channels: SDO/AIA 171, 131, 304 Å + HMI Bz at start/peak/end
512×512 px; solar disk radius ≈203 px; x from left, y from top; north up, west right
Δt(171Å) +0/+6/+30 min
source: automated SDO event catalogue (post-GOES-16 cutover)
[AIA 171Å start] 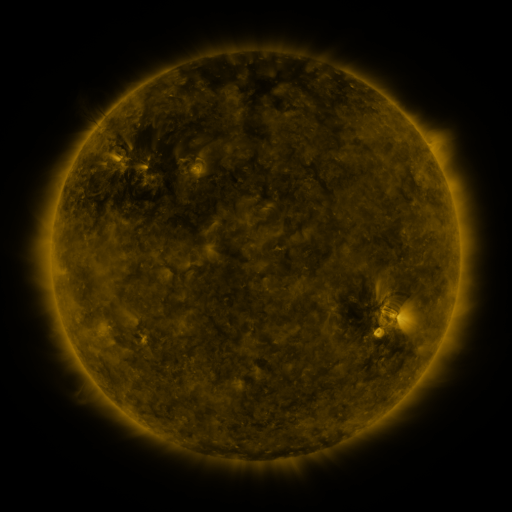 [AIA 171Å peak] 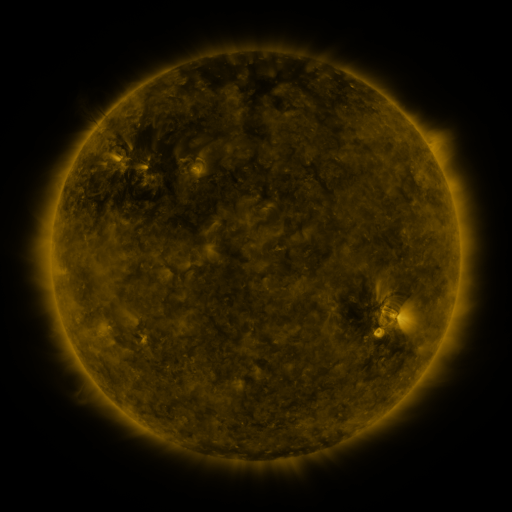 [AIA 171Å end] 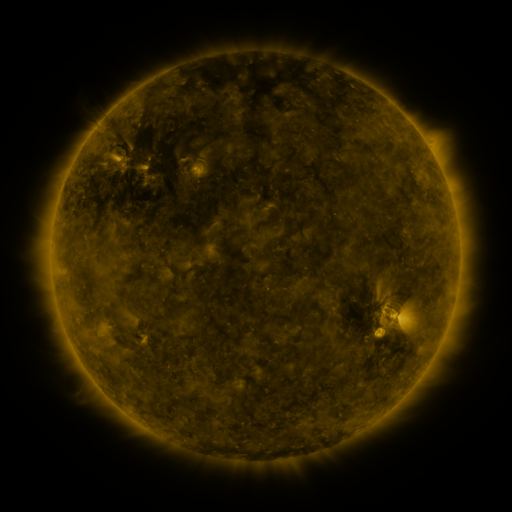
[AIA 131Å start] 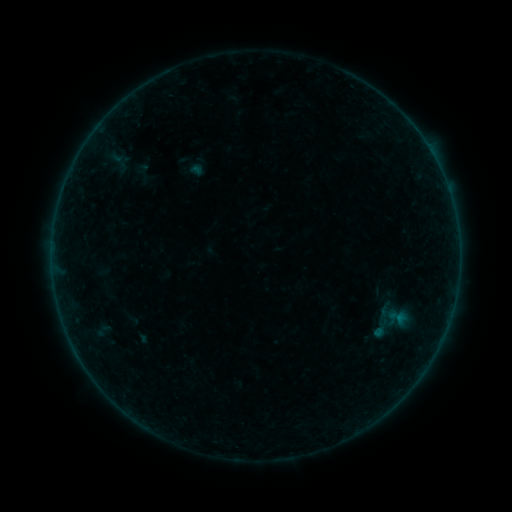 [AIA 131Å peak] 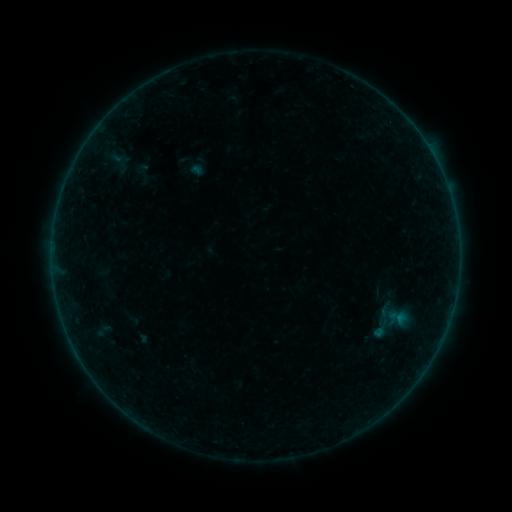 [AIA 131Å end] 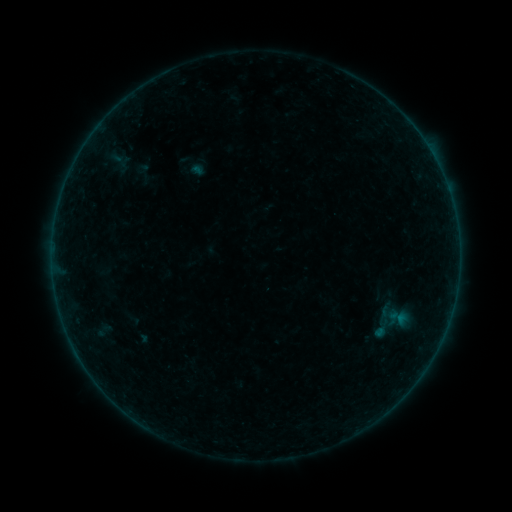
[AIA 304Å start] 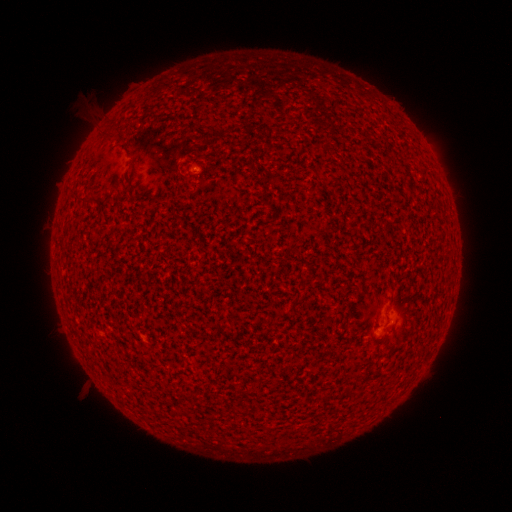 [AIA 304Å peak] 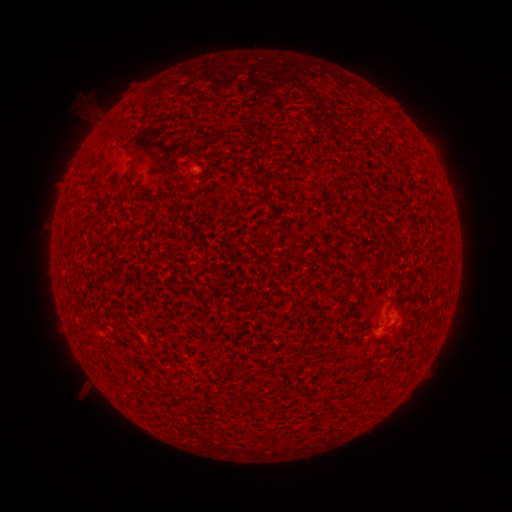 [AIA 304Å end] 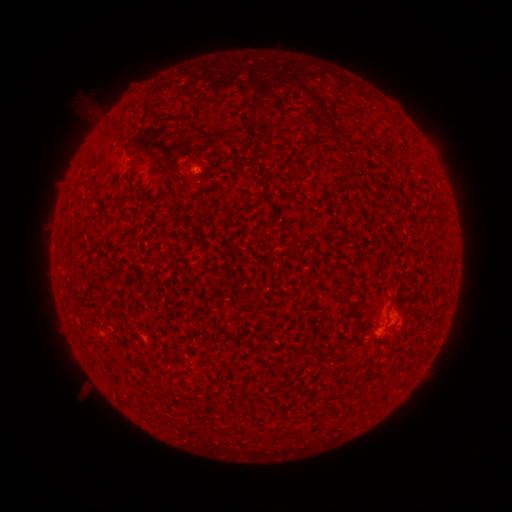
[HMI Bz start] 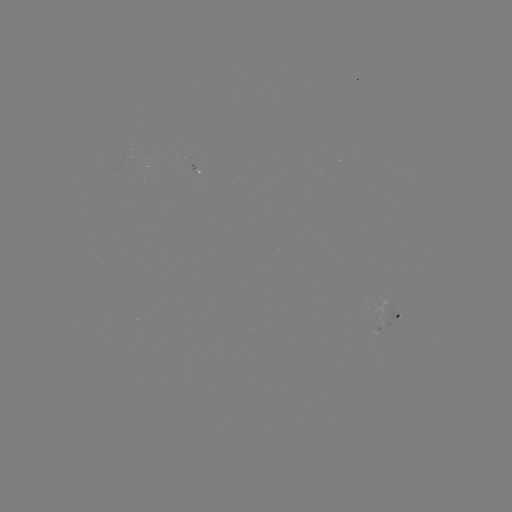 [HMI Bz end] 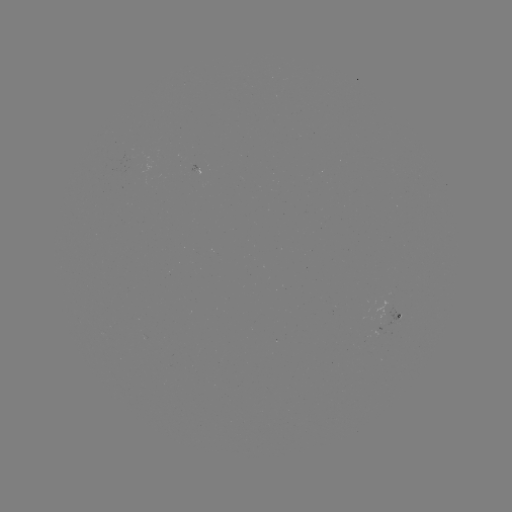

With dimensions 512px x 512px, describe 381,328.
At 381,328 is A2.6 flare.